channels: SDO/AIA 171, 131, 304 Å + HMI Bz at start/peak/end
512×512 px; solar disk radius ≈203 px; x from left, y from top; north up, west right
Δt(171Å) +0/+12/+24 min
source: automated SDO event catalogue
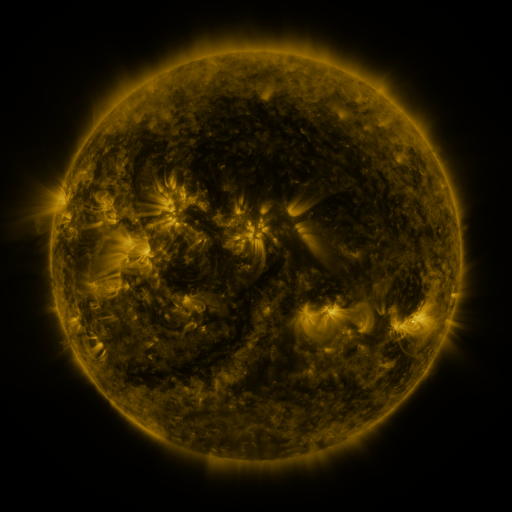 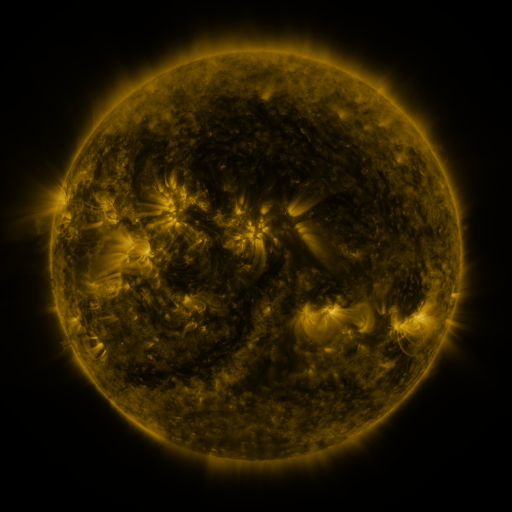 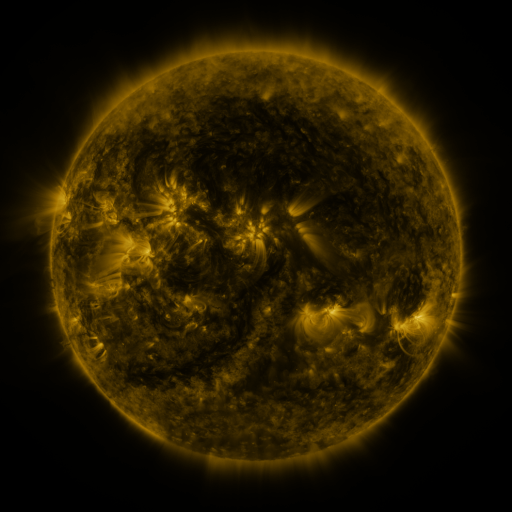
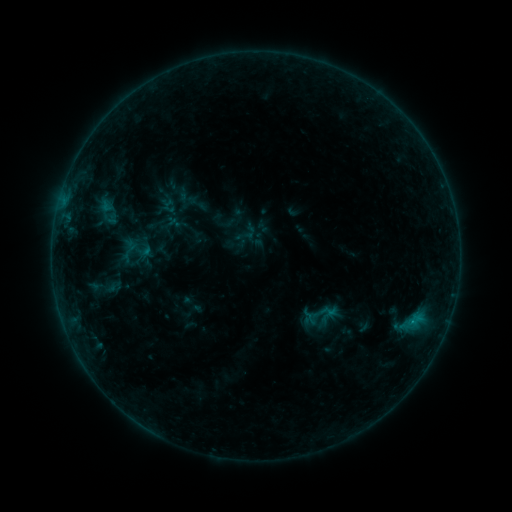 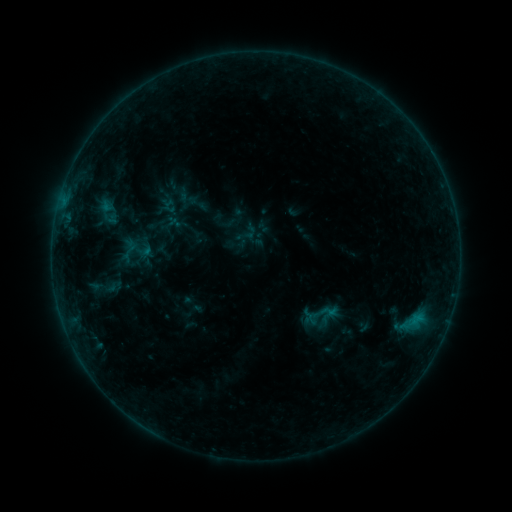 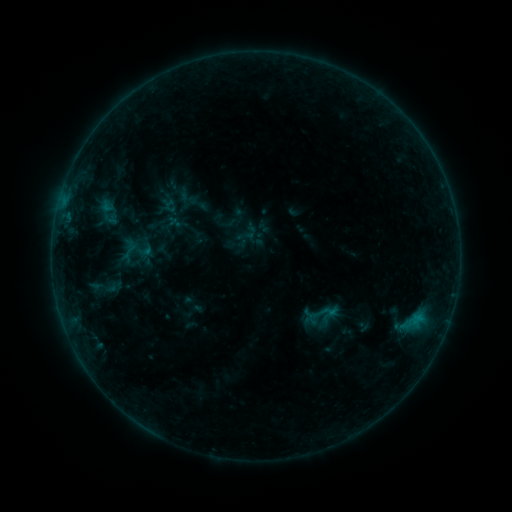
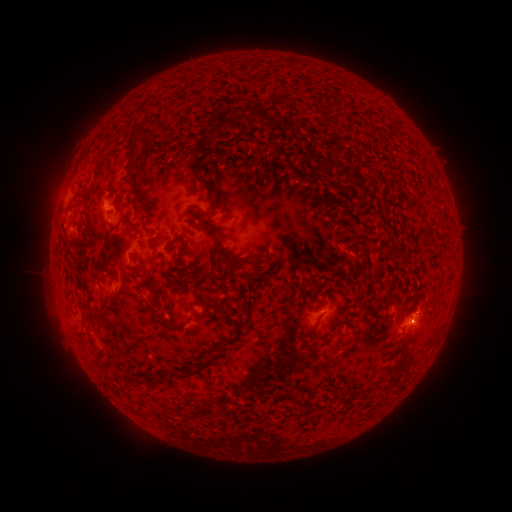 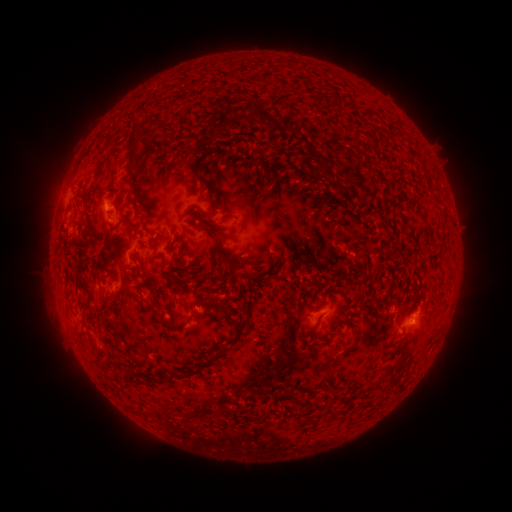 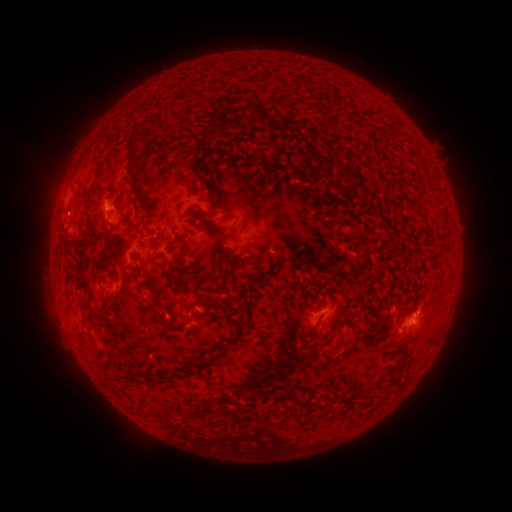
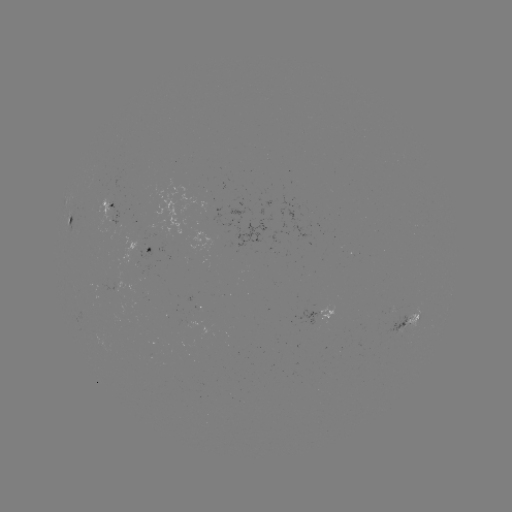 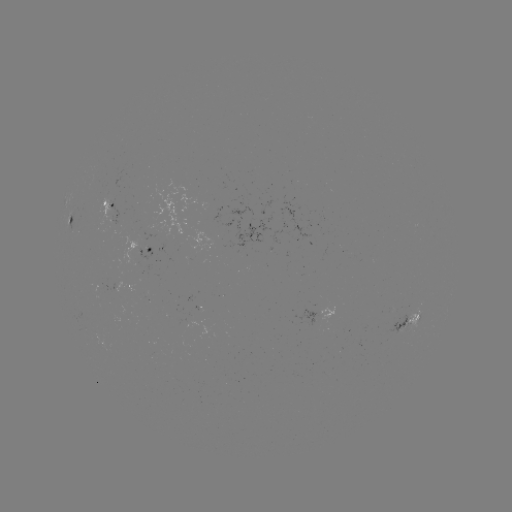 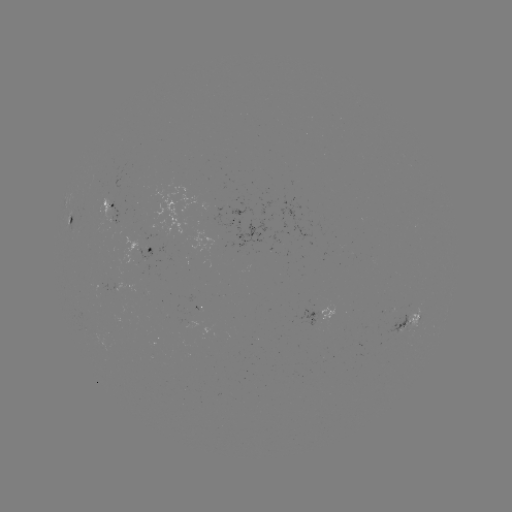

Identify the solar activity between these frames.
nothing was catalogued: no classed flare, no EUV trigger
